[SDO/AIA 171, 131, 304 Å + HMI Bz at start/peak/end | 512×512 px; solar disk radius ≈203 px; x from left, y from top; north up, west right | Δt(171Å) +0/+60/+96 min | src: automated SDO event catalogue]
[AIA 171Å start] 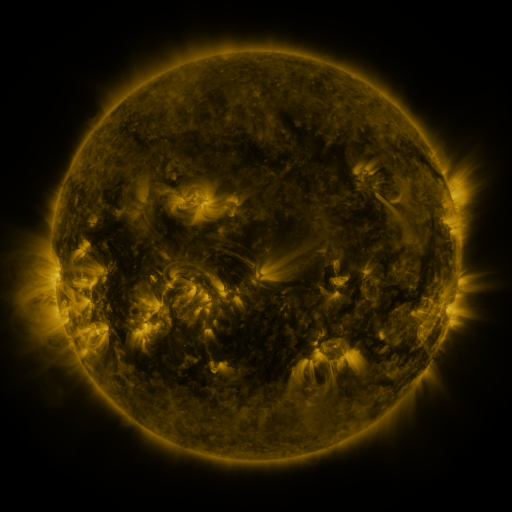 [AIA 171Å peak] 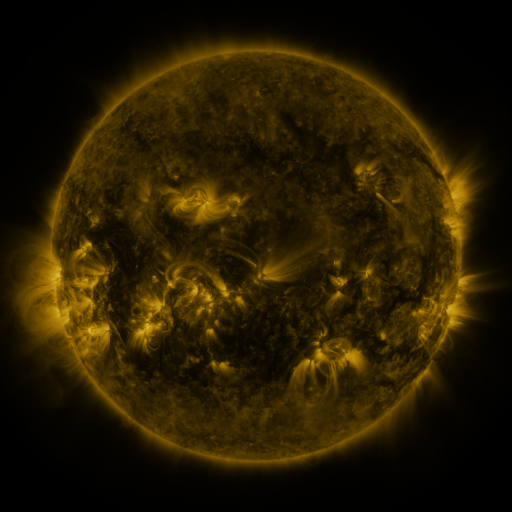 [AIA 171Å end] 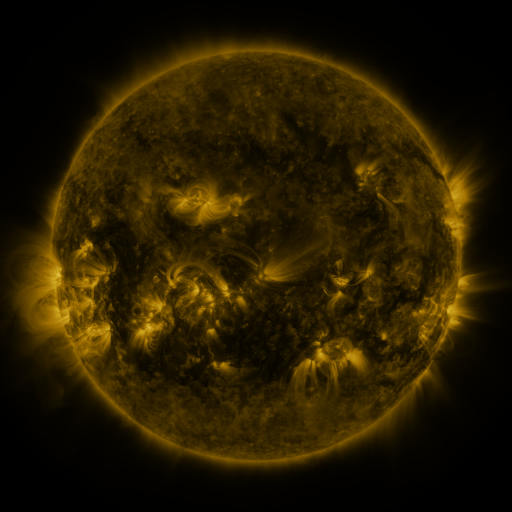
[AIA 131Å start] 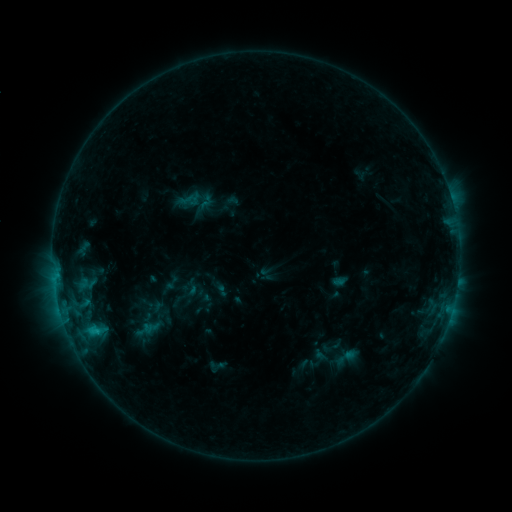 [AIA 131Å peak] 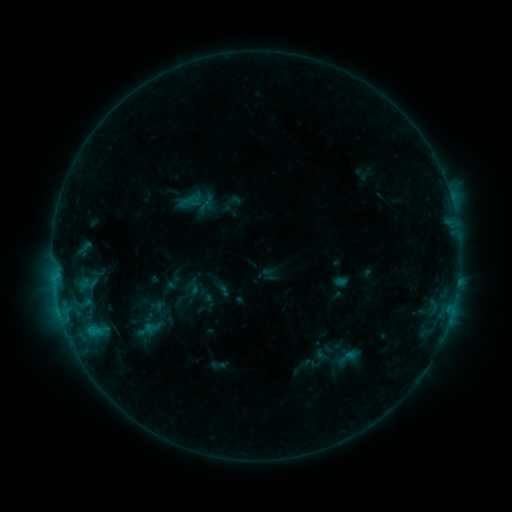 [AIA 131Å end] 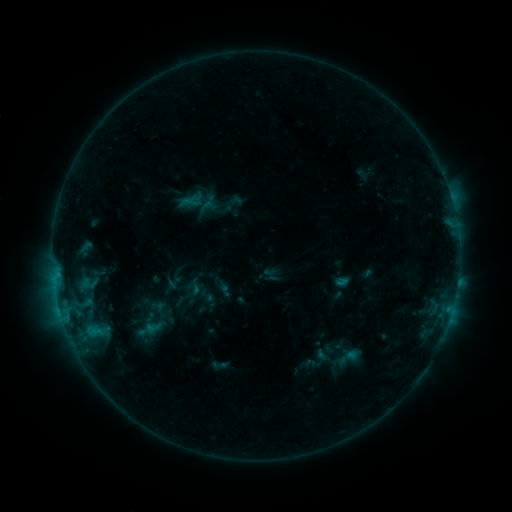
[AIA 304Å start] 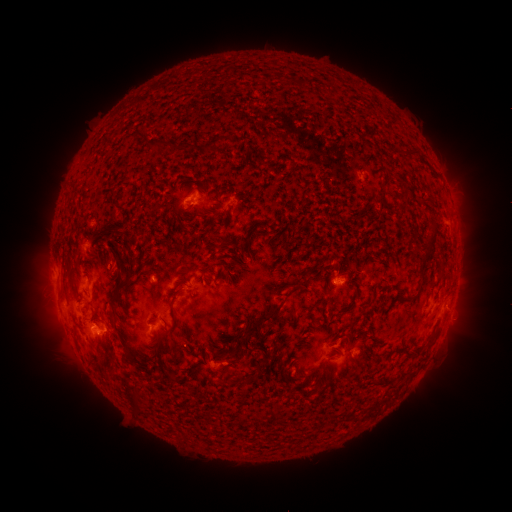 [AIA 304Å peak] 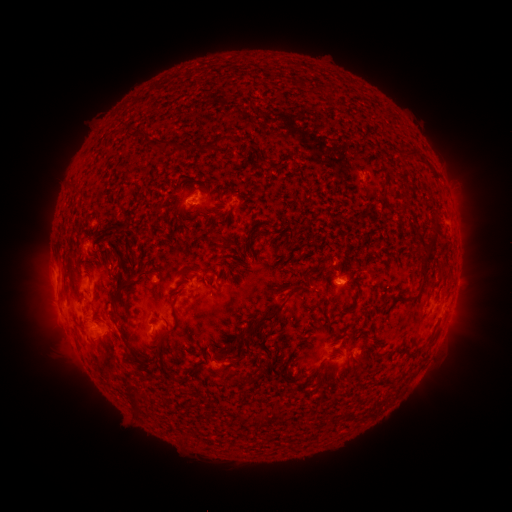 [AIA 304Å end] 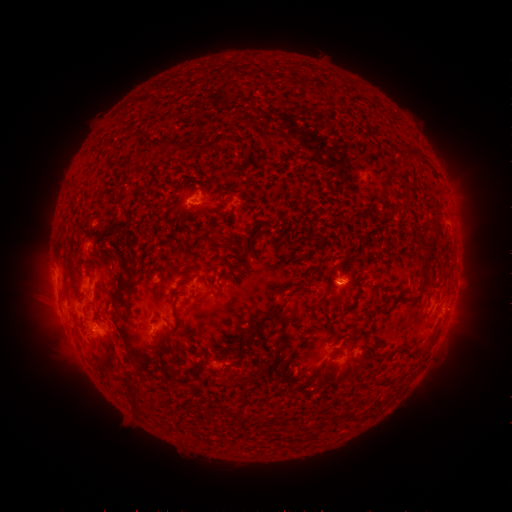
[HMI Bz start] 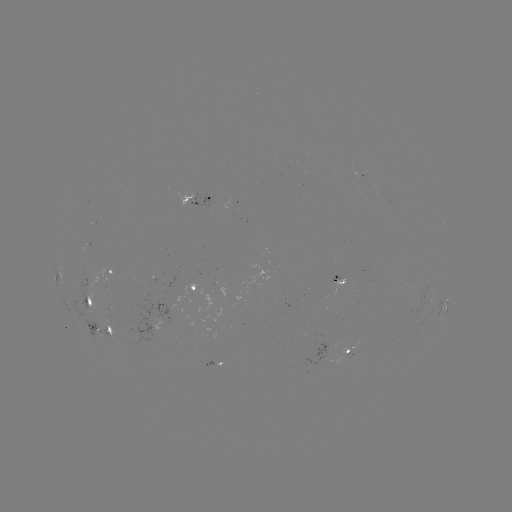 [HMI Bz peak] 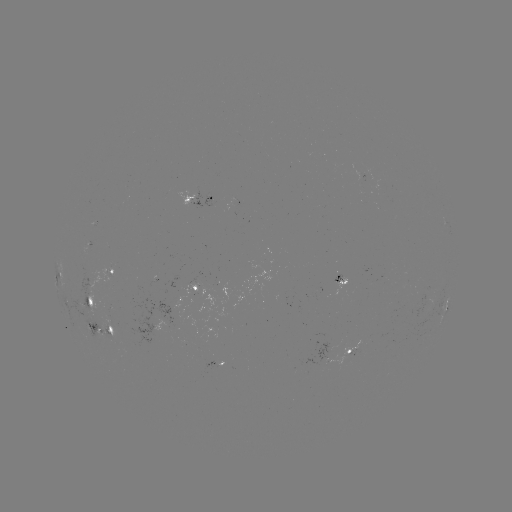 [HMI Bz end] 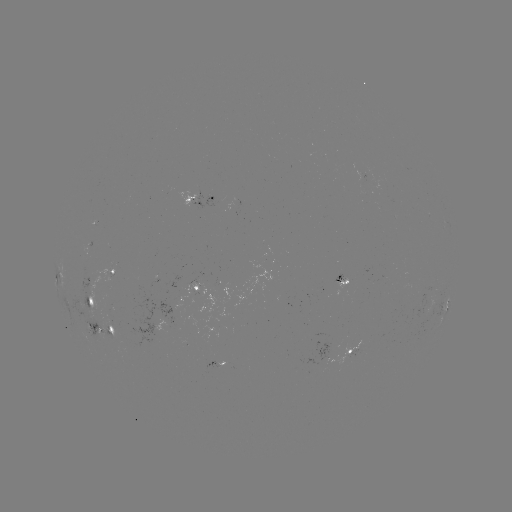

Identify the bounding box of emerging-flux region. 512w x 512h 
[95, 324, 116, 337].